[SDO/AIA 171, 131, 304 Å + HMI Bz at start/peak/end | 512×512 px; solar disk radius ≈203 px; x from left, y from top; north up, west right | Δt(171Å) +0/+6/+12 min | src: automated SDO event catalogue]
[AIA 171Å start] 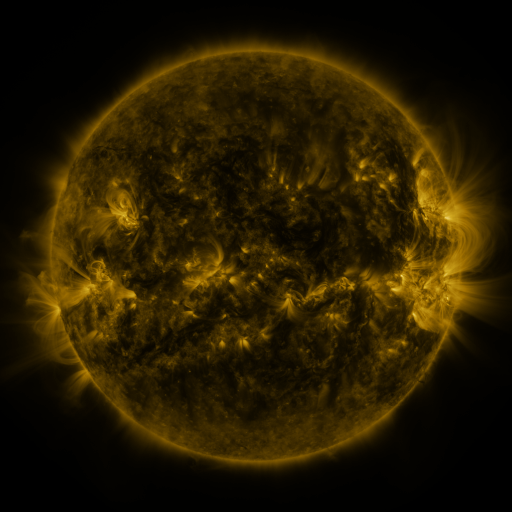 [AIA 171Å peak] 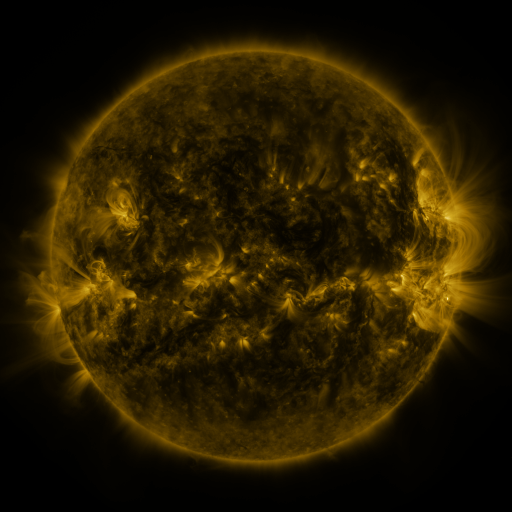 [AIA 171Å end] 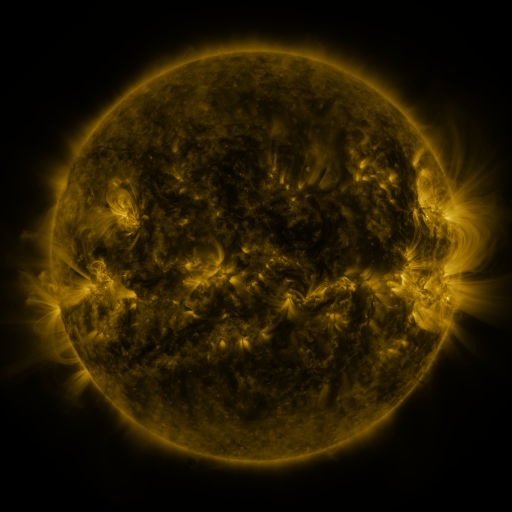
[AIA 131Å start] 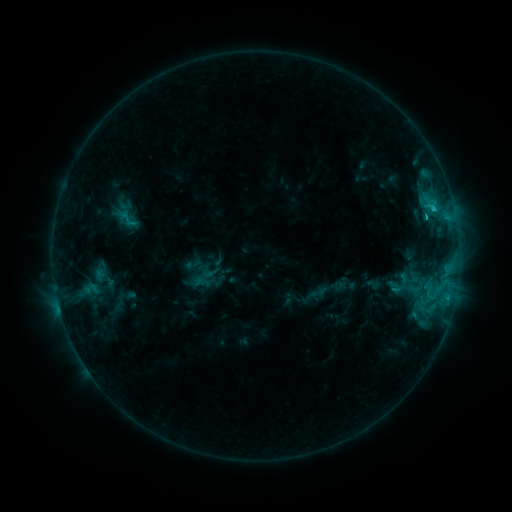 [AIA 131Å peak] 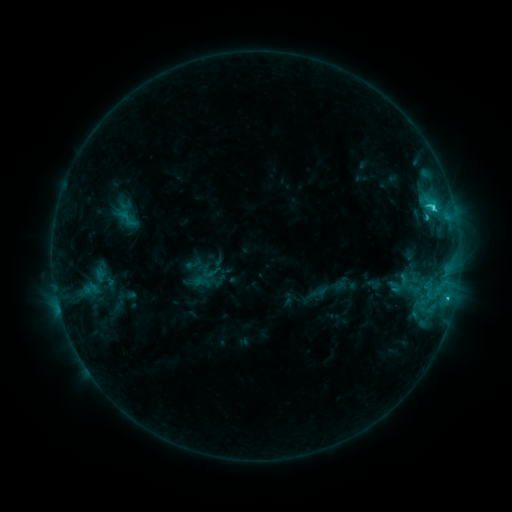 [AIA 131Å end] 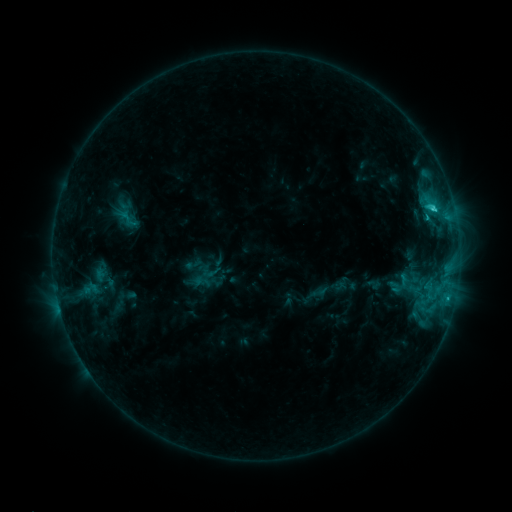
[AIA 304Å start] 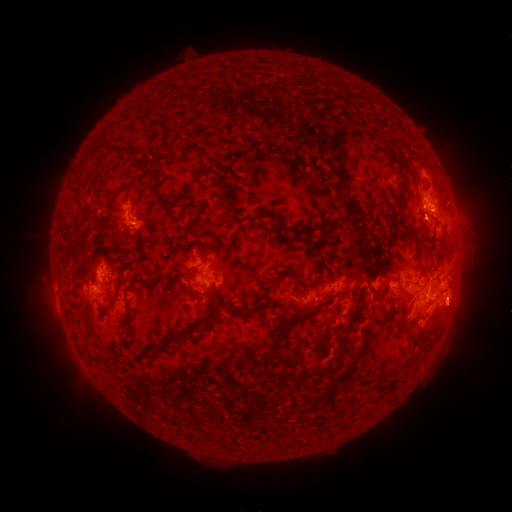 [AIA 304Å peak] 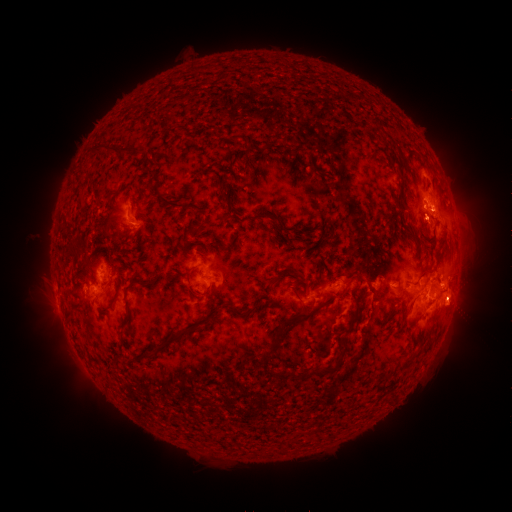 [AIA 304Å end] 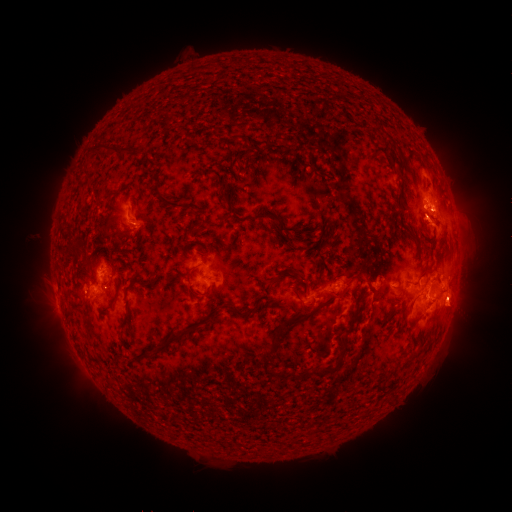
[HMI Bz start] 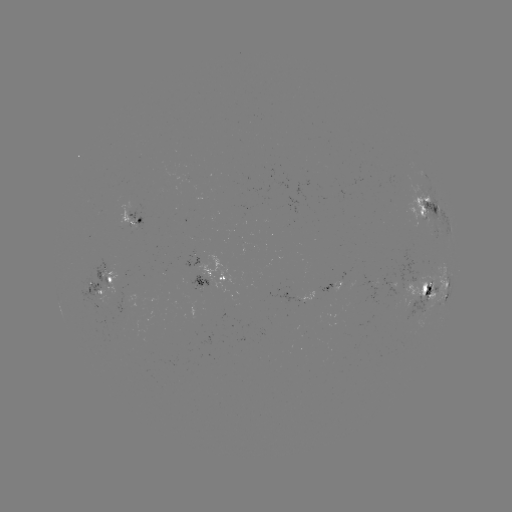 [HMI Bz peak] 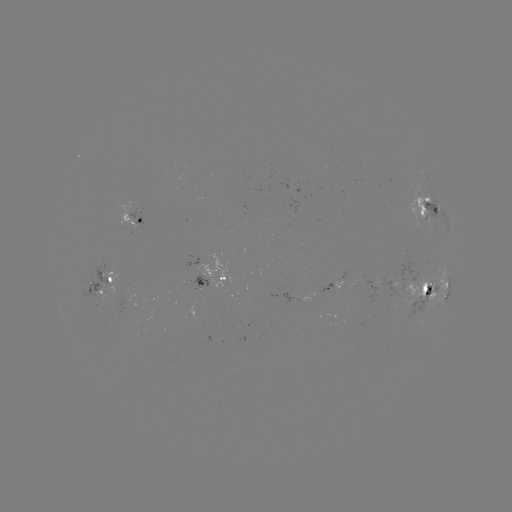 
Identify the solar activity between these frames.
C2.5 flare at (433, 210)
